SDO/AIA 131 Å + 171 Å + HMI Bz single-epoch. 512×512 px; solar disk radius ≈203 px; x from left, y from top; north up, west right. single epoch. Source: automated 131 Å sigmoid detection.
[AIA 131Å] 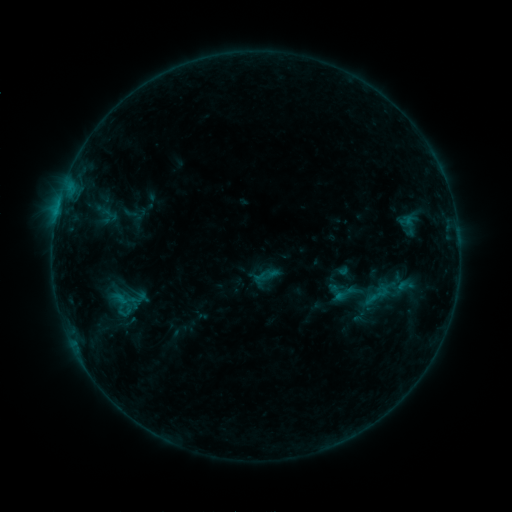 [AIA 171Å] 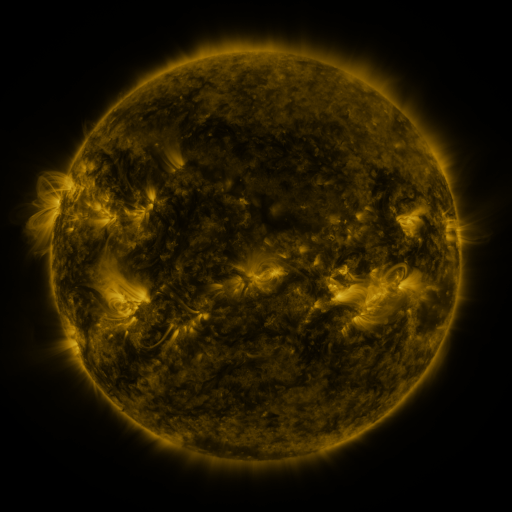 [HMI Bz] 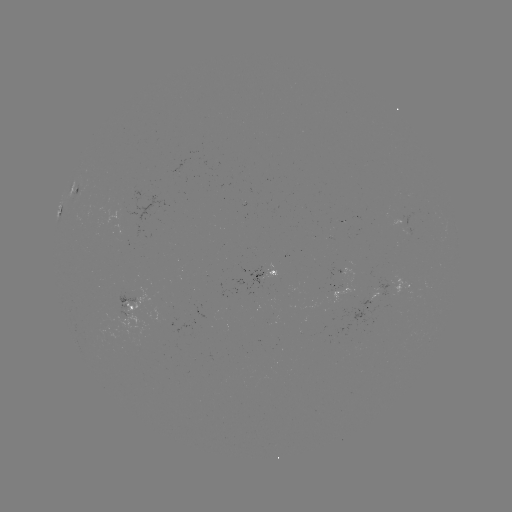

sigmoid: (331, 280, 357, 307)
